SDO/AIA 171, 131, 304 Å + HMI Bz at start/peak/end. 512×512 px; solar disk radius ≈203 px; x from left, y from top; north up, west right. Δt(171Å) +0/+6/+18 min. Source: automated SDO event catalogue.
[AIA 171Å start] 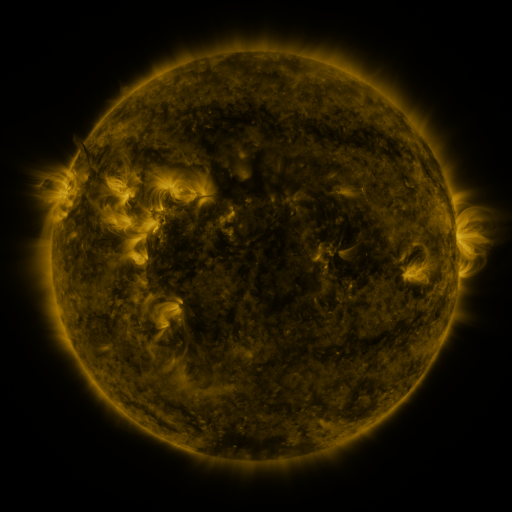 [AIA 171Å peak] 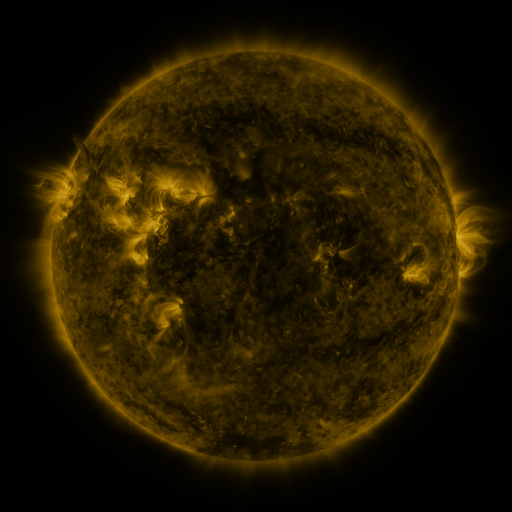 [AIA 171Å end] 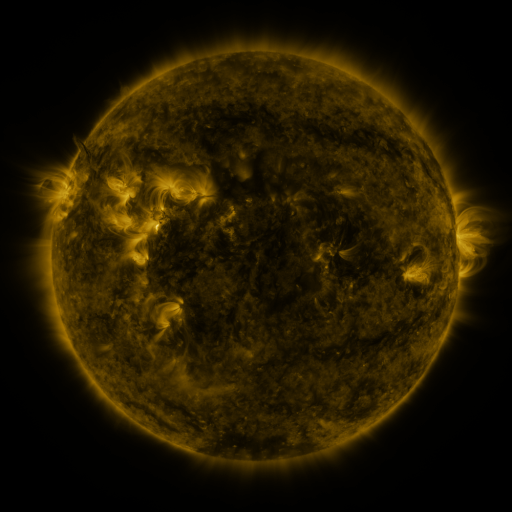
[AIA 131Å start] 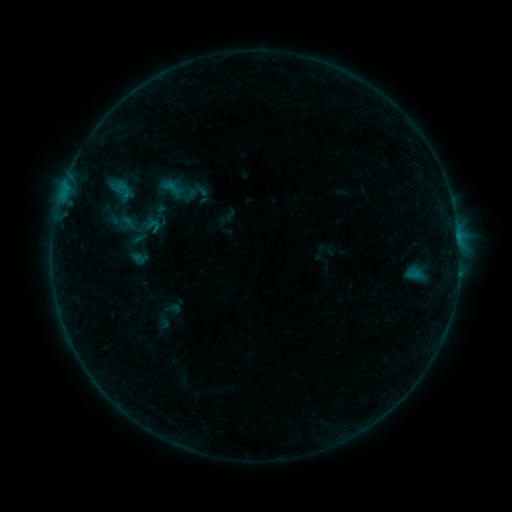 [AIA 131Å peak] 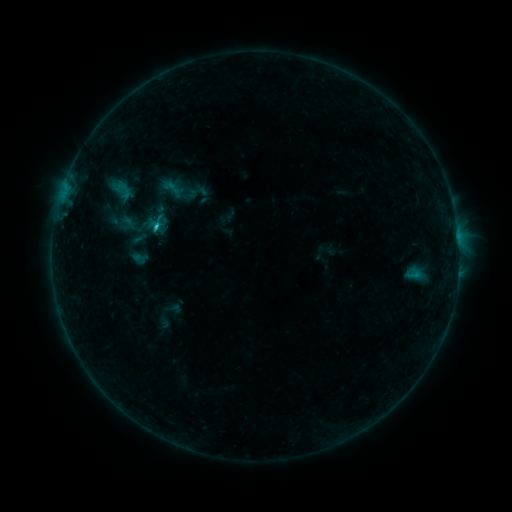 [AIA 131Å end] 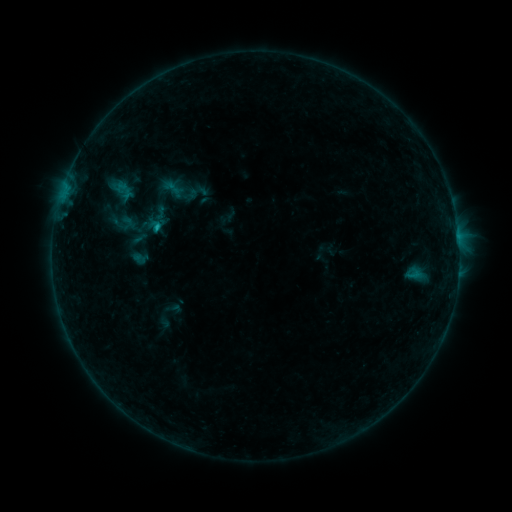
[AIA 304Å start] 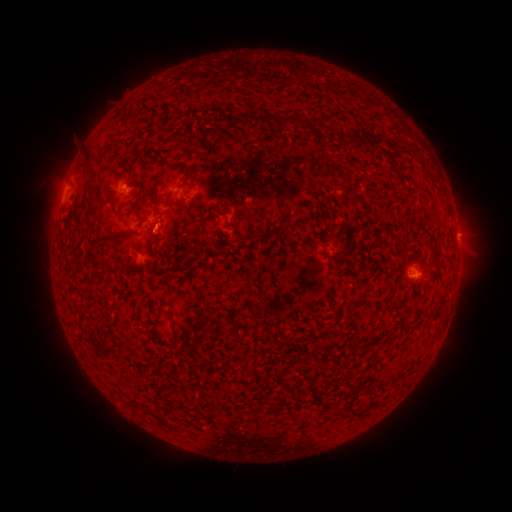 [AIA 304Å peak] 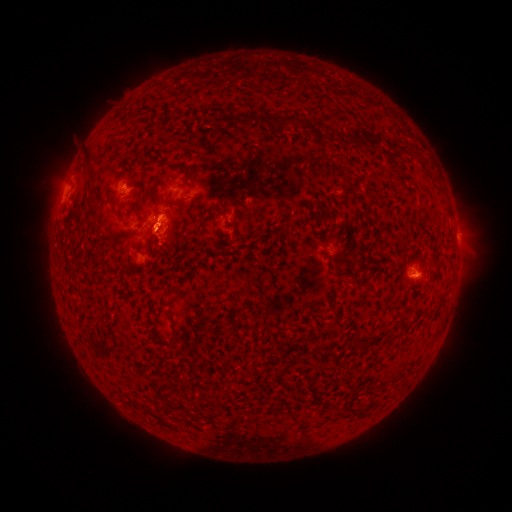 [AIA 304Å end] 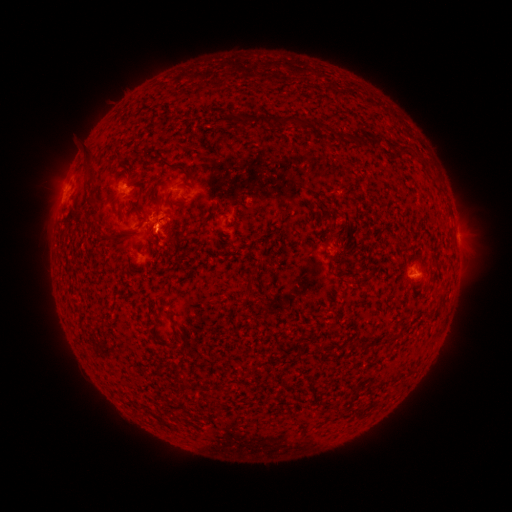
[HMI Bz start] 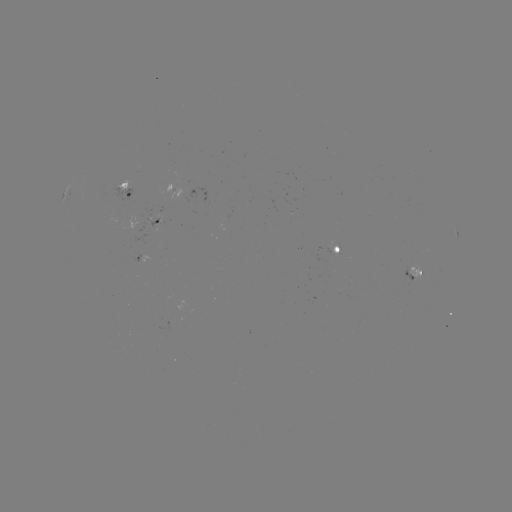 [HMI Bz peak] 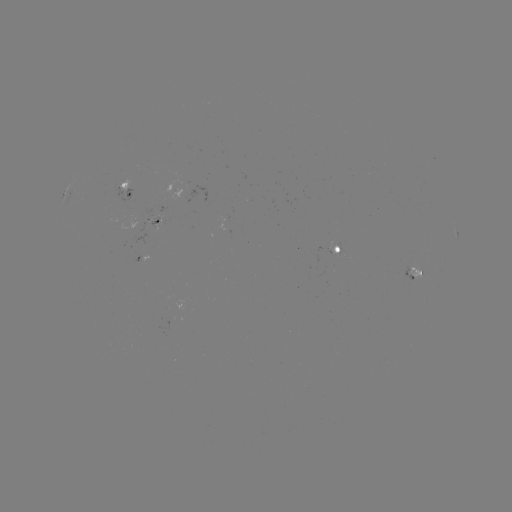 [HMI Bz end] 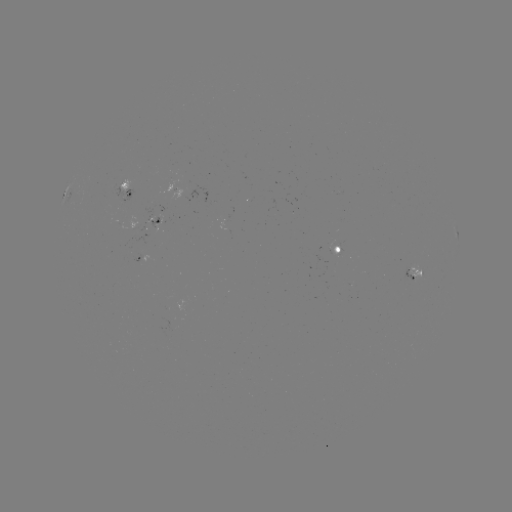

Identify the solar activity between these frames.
B8.1 flare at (157, 228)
